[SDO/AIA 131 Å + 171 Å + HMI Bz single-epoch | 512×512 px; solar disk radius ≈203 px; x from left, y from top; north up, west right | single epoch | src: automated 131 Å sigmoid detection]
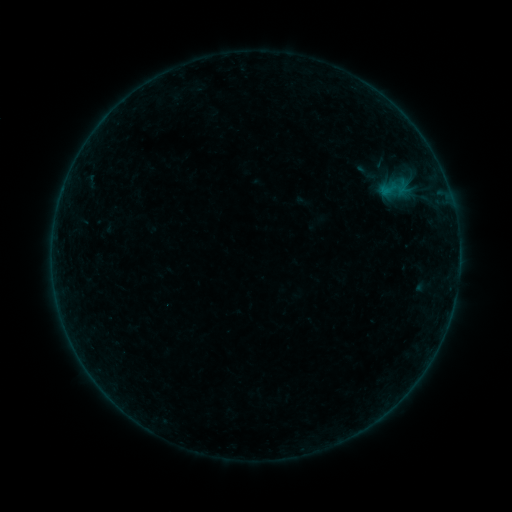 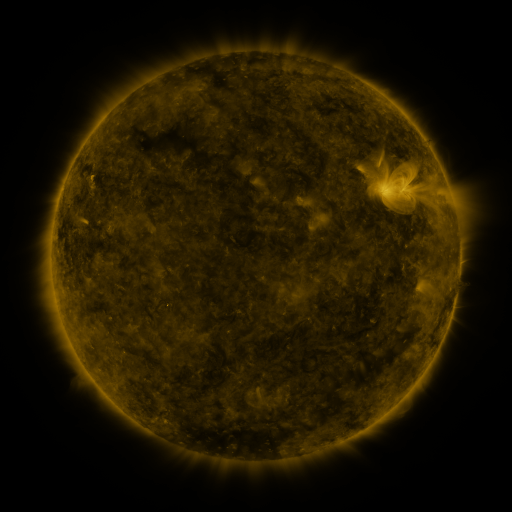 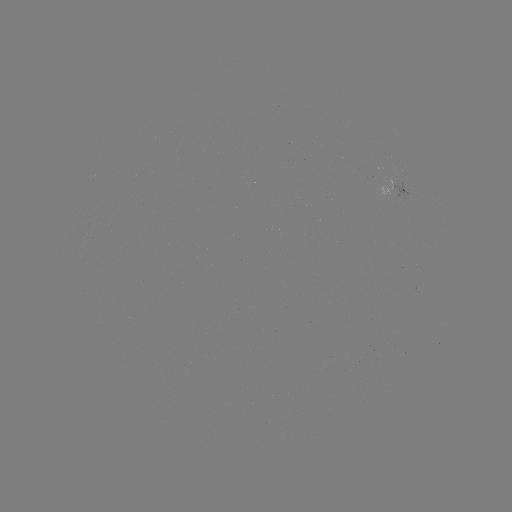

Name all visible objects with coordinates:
sigmoid: [350, 160, 386, 186]
